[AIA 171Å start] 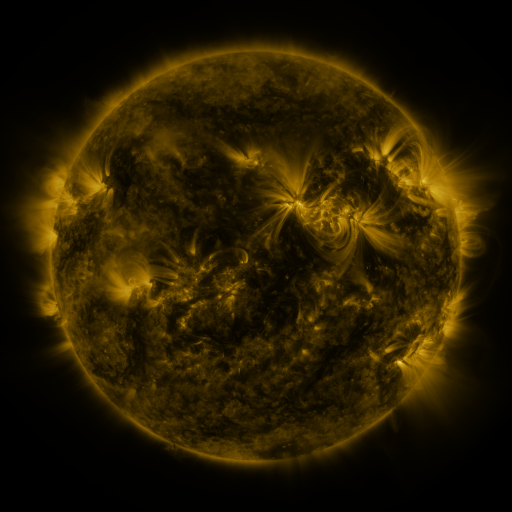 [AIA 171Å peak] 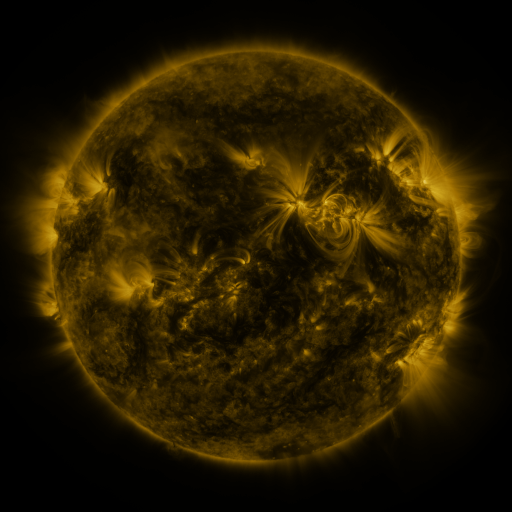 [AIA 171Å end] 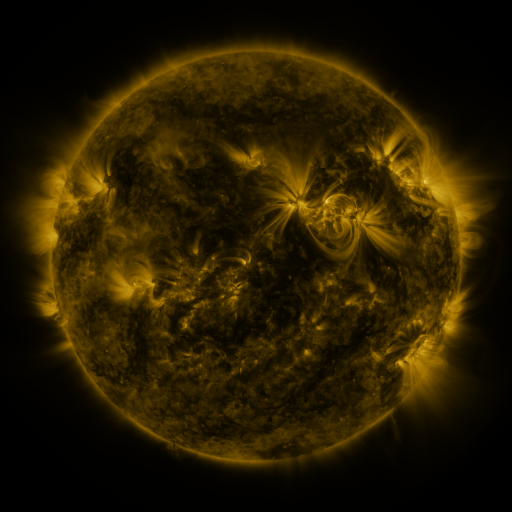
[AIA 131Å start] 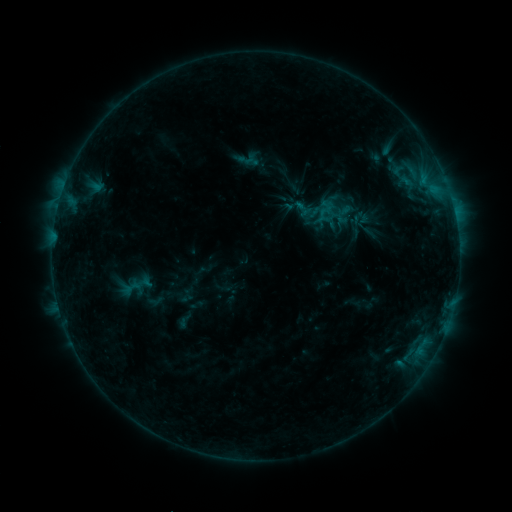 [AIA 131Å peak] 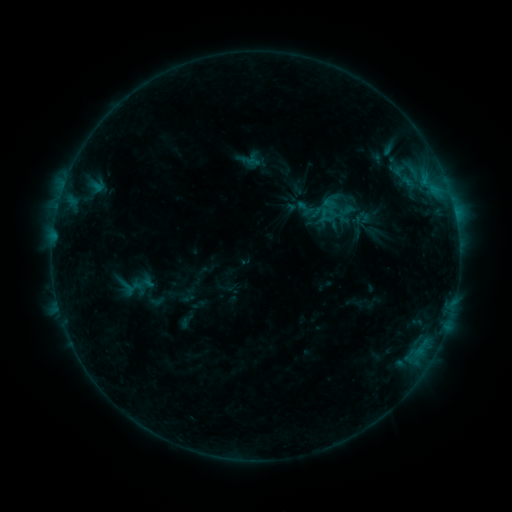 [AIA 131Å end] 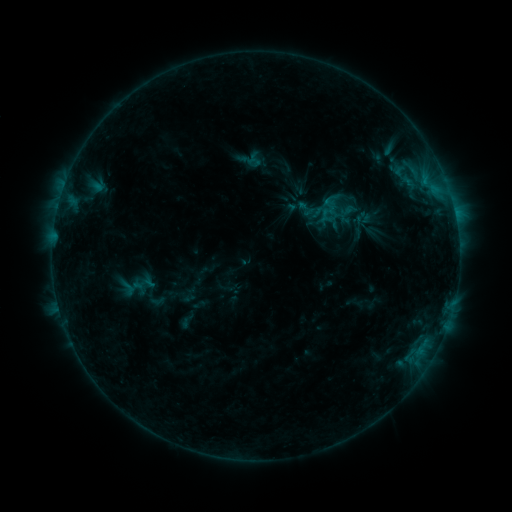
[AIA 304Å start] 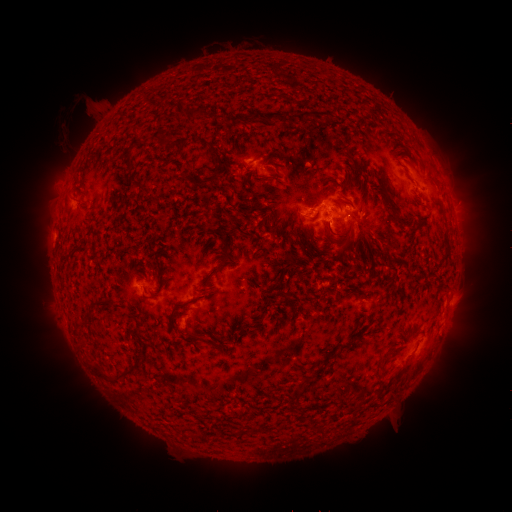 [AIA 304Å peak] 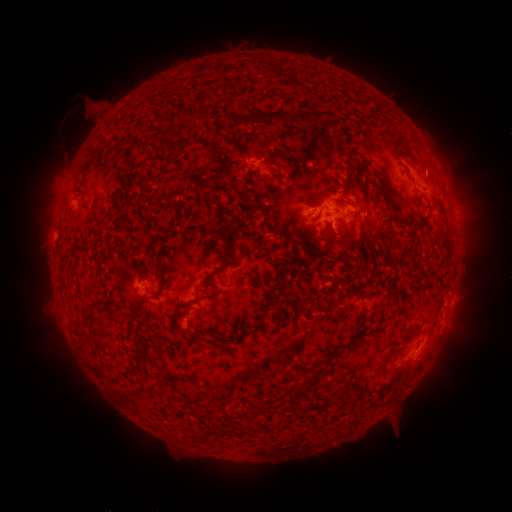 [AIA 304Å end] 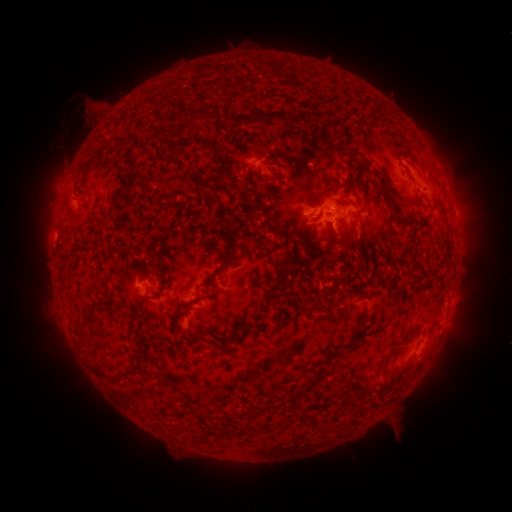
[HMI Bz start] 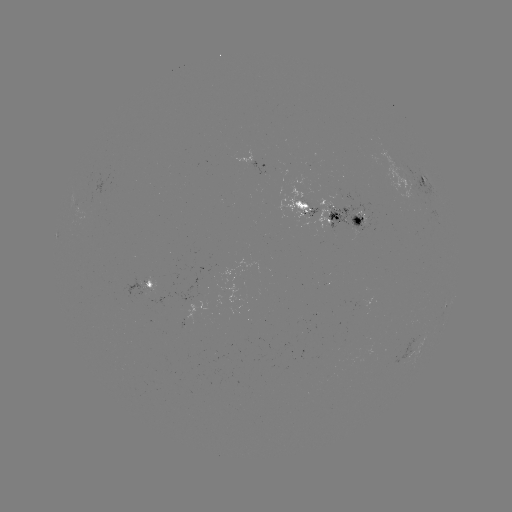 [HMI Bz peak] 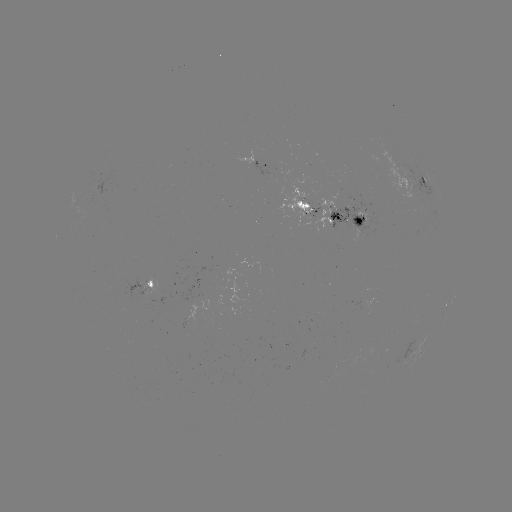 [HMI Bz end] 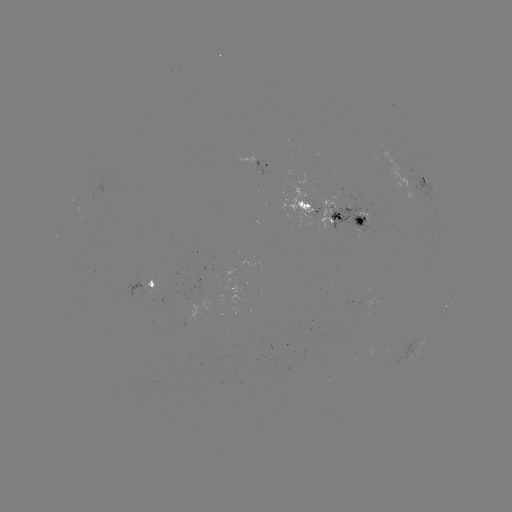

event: emerging-flux region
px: (301, 203)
